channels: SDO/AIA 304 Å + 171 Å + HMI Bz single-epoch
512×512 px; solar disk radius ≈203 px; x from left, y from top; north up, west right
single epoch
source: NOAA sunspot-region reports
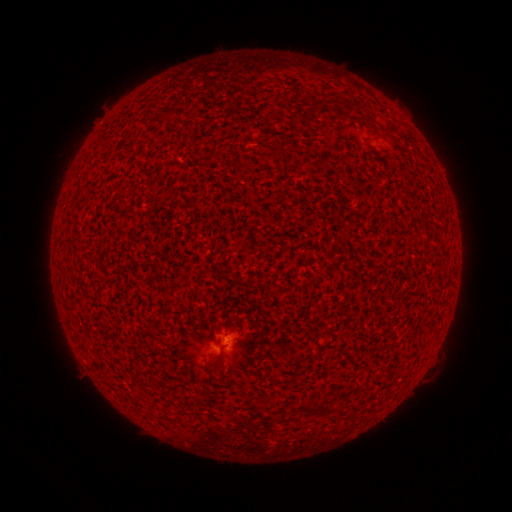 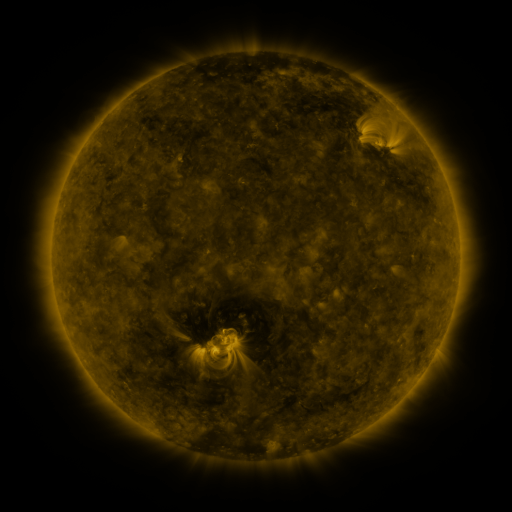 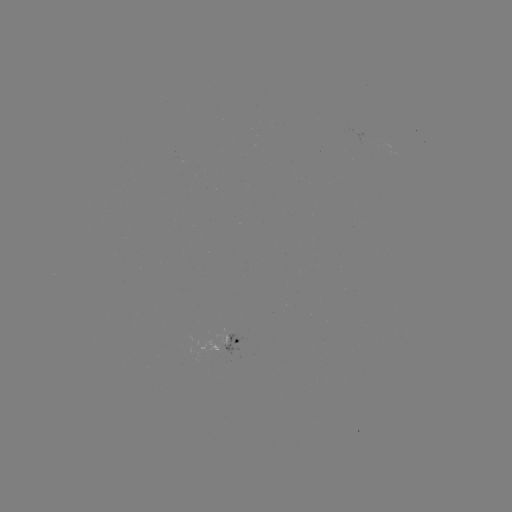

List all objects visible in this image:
(none)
